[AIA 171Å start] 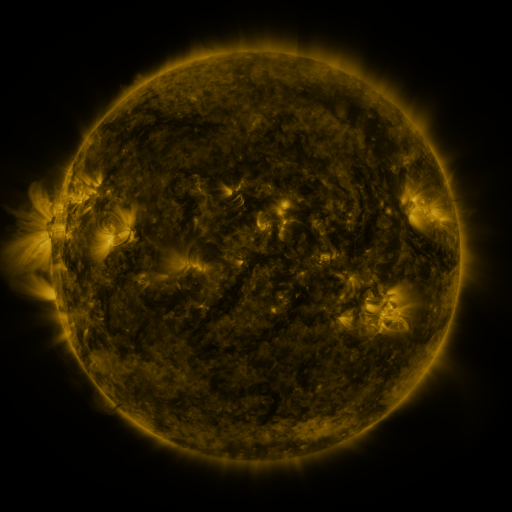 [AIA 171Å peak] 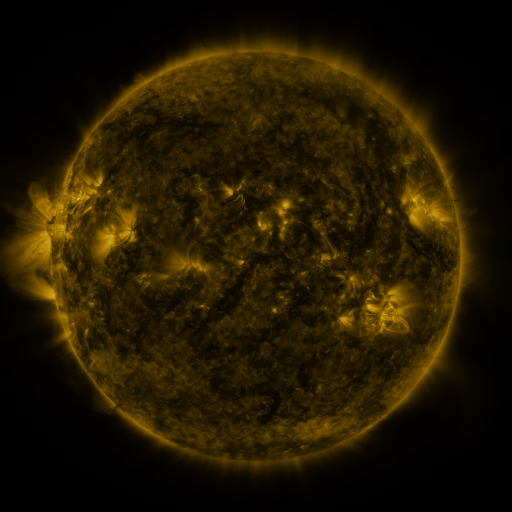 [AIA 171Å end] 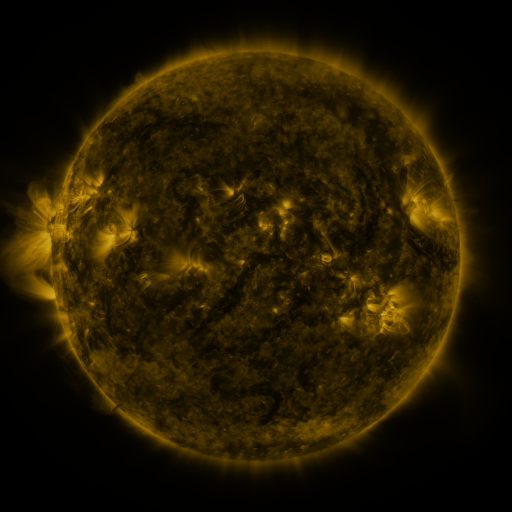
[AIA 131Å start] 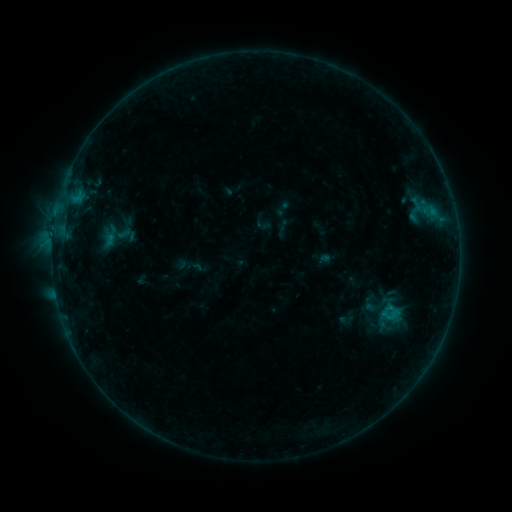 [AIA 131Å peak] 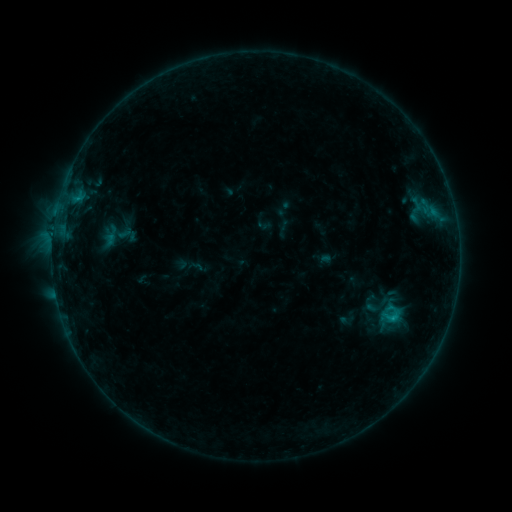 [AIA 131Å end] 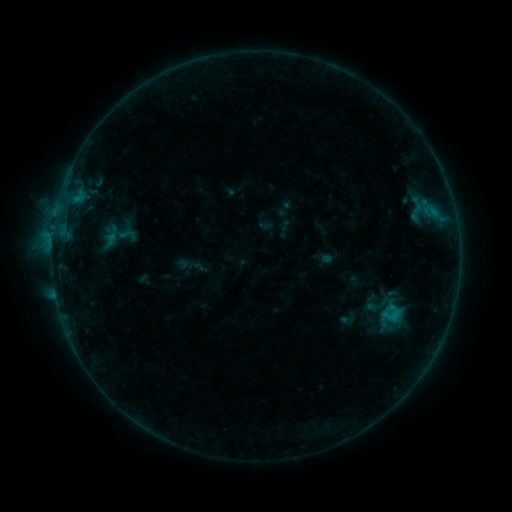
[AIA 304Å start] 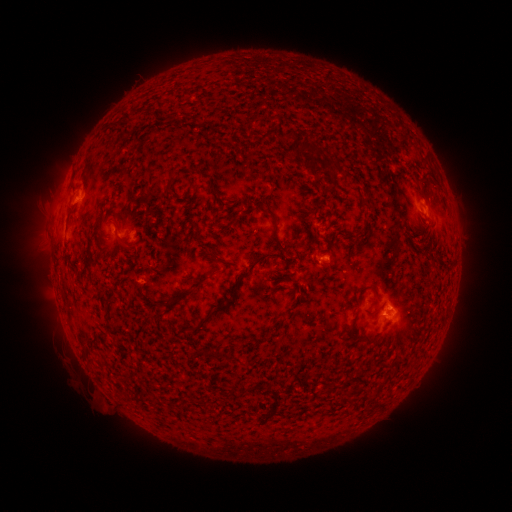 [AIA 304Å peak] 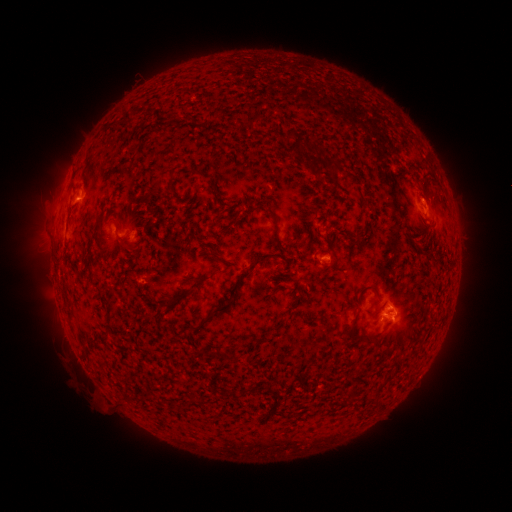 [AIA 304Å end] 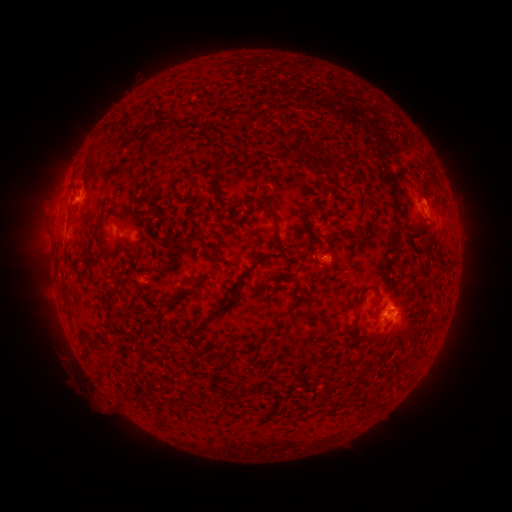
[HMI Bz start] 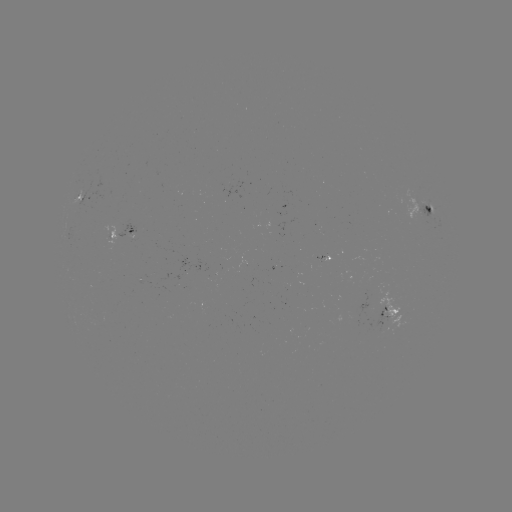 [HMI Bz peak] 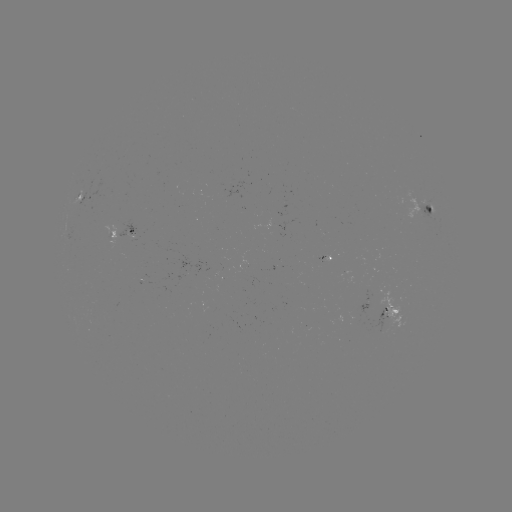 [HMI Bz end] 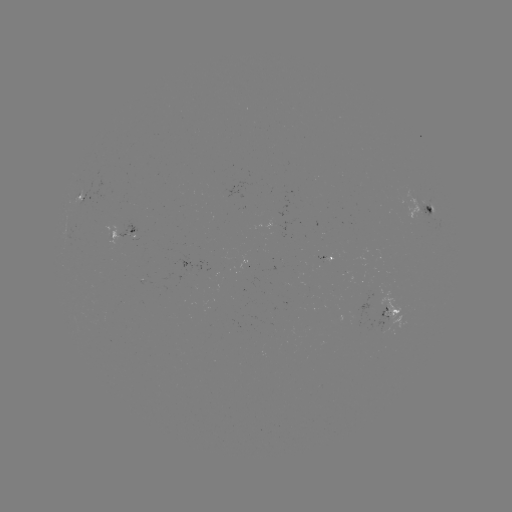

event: flare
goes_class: B6.8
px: (391, 317)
